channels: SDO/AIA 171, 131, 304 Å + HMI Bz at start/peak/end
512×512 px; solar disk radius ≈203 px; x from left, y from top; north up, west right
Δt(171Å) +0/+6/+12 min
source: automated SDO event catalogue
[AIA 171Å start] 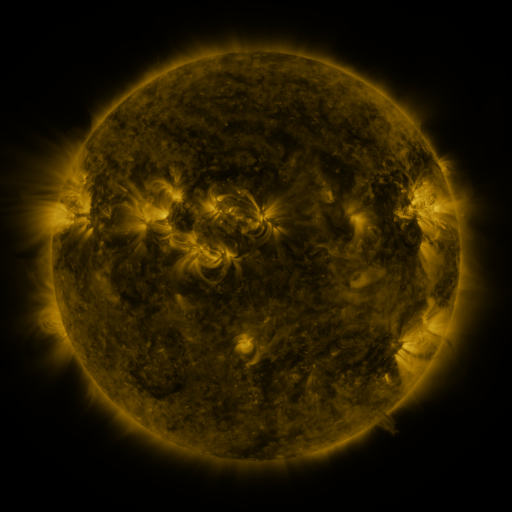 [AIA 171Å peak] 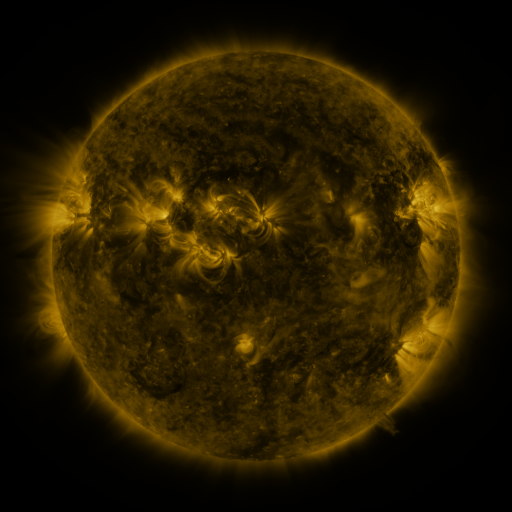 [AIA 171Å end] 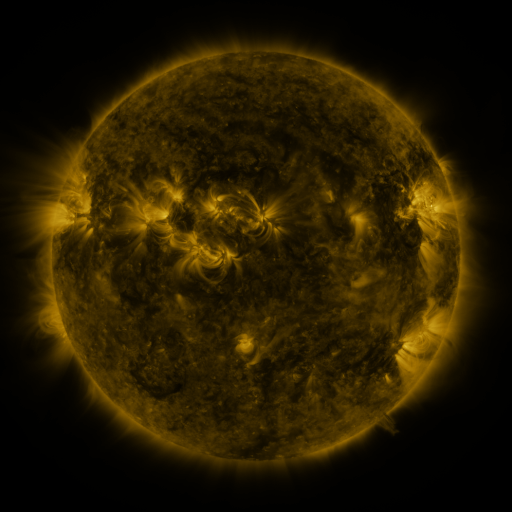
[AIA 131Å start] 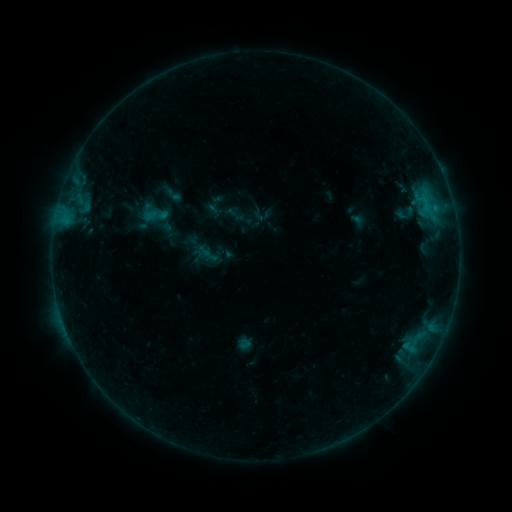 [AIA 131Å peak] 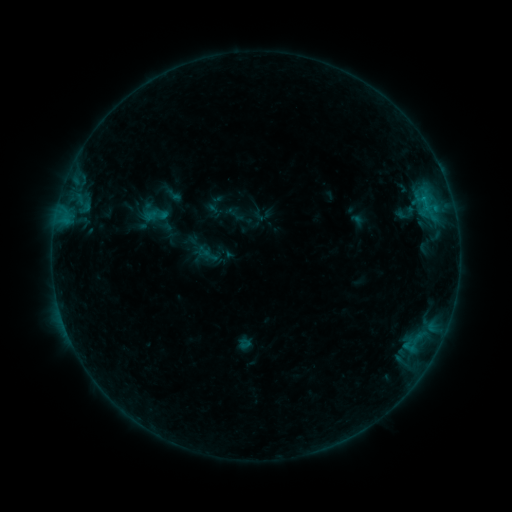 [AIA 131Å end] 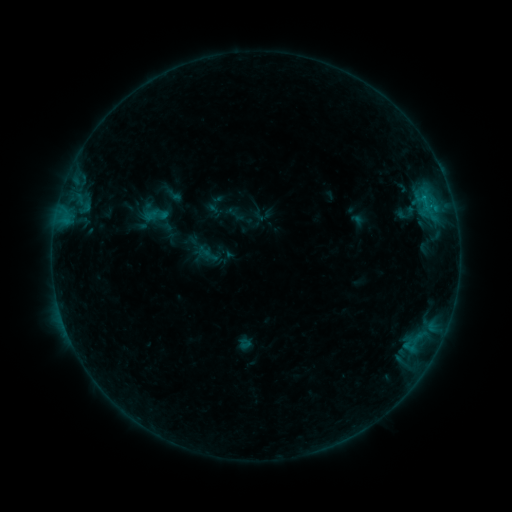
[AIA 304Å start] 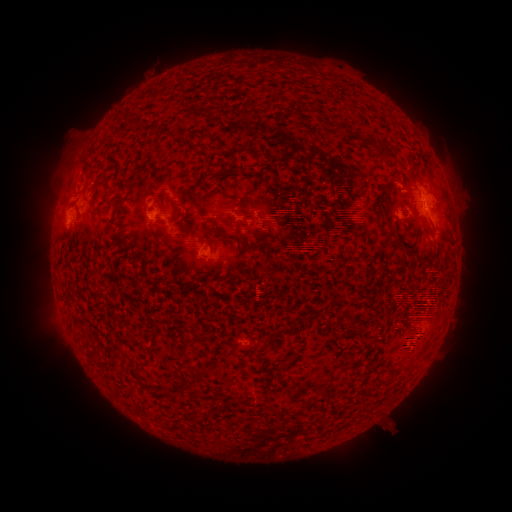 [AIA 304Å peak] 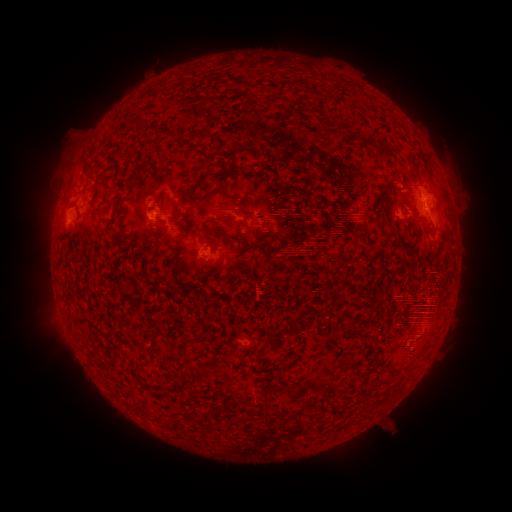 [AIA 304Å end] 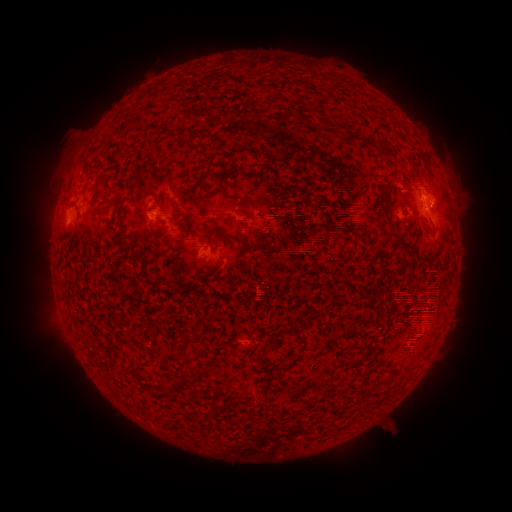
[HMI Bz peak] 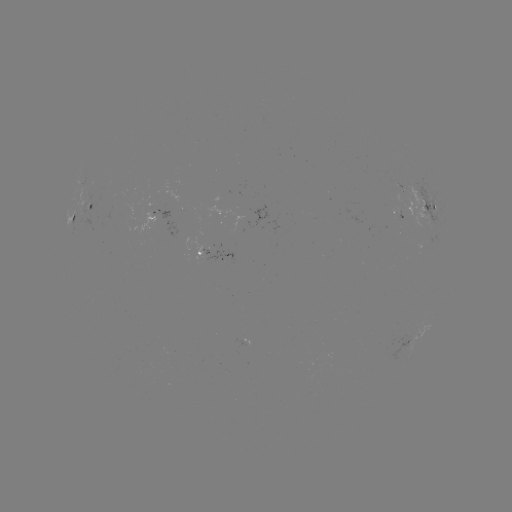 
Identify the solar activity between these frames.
B4.4 flare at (423, 198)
